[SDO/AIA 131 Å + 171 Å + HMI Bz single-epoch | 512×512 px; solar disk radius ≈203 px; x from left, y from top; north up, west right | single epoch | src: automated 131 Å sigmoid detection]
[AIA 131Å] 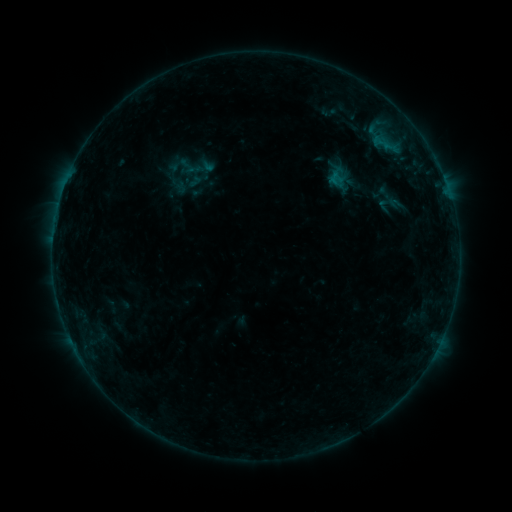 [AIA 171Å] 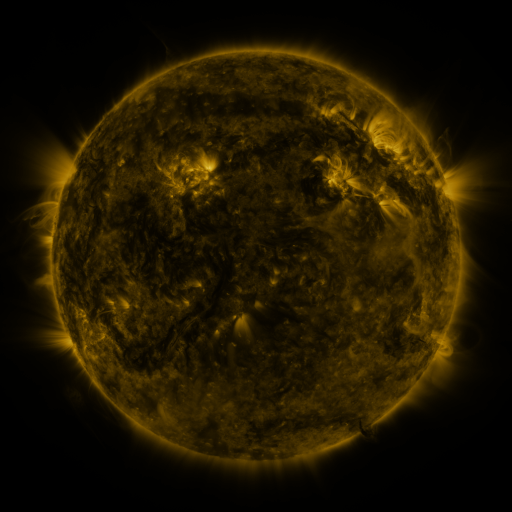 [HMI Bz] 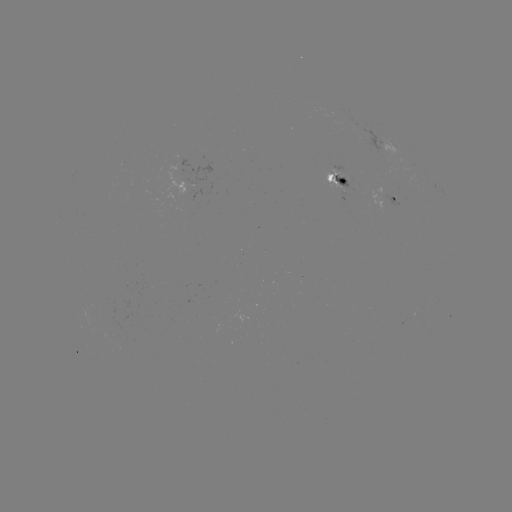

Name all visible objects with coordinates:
sigmoid: (187, 166)
